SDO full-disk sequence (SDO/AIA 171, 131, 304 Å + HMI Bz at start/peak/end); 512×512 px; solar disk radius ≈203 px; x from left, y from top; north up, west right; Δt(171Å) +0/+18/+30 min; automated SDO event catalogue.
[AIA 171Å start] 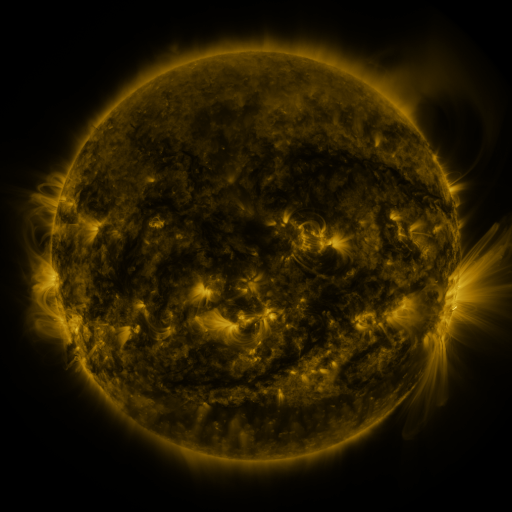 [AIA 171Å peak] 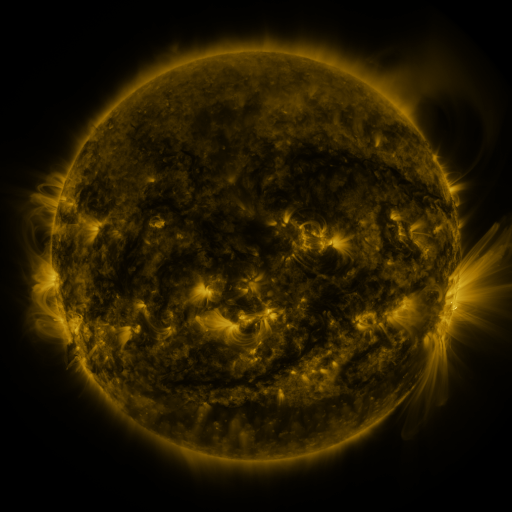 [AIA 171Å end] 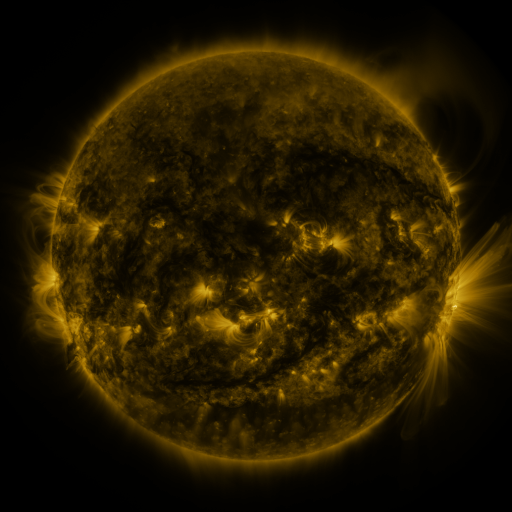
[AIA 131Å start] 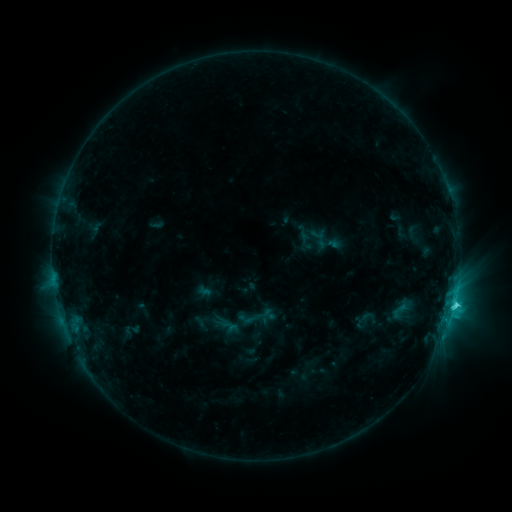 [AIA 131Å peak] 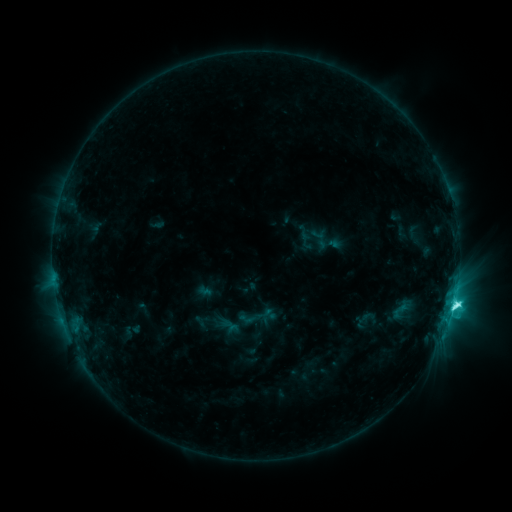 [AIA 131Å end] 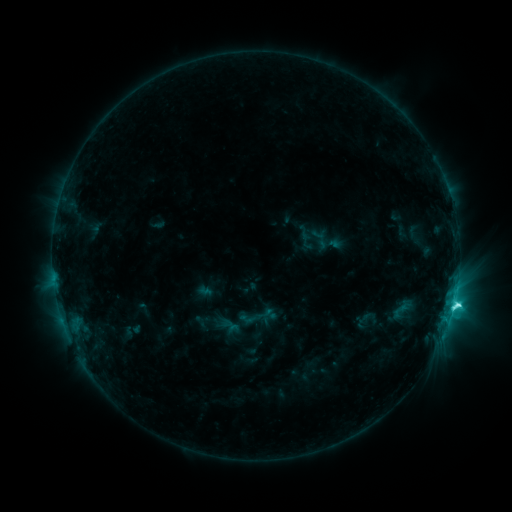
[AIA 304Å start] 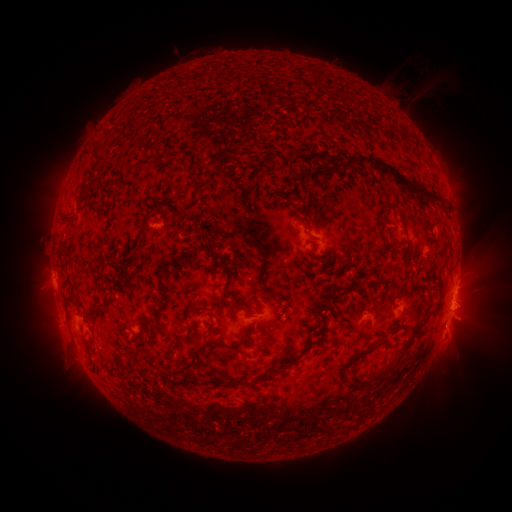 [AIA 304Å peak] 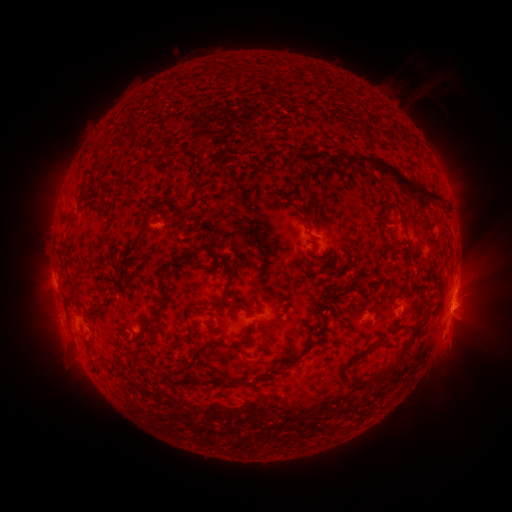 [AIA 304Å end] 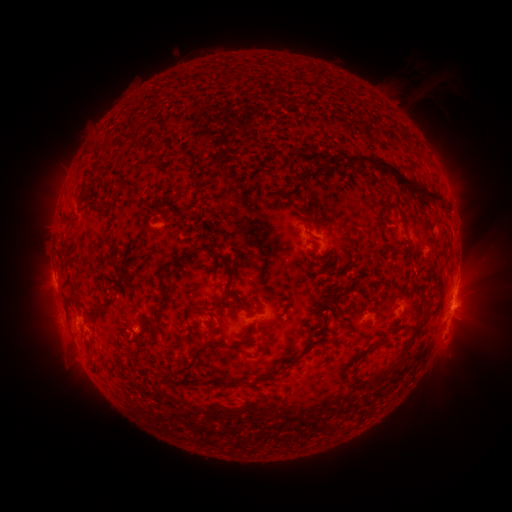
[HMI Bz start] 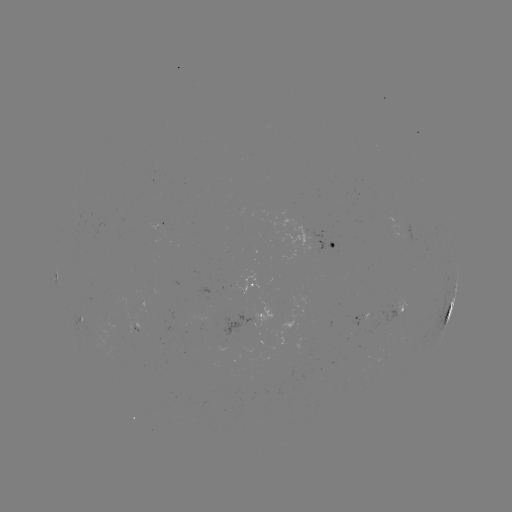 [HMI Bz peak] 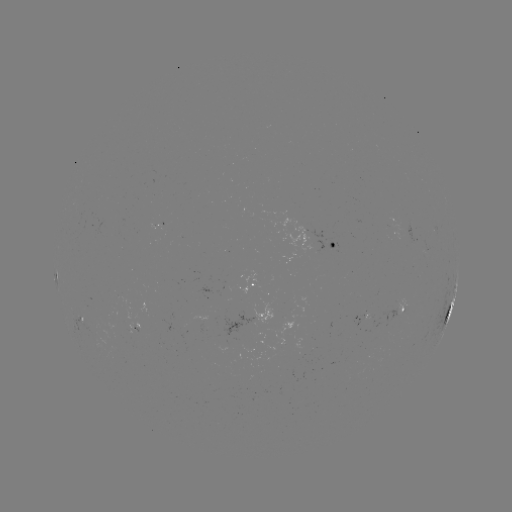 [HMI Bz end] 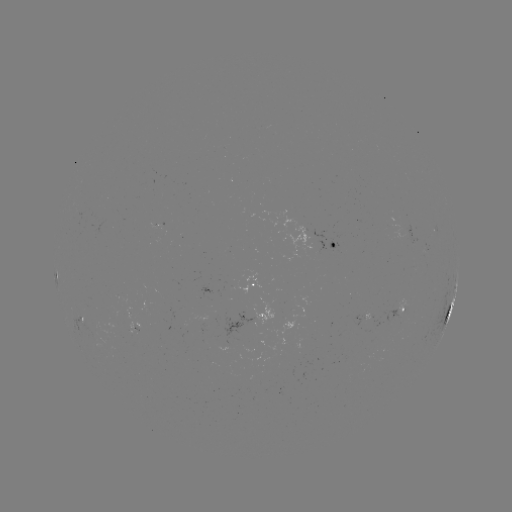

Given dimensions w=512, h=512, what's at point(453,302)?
C7.1 flare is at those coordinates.